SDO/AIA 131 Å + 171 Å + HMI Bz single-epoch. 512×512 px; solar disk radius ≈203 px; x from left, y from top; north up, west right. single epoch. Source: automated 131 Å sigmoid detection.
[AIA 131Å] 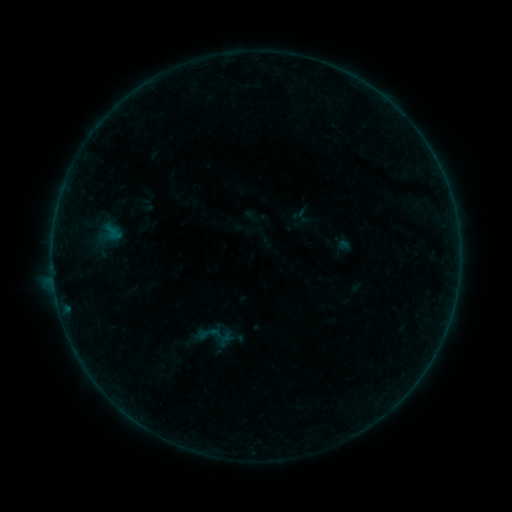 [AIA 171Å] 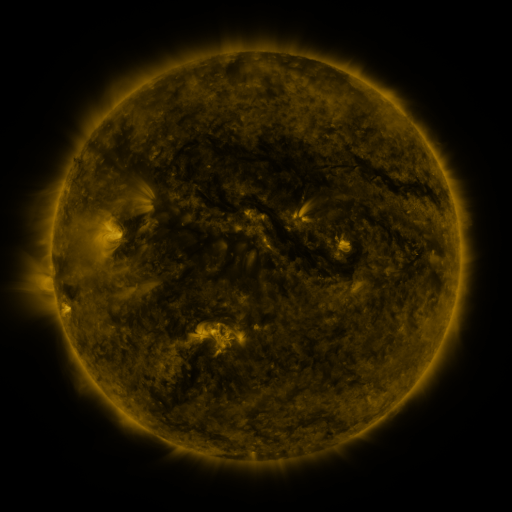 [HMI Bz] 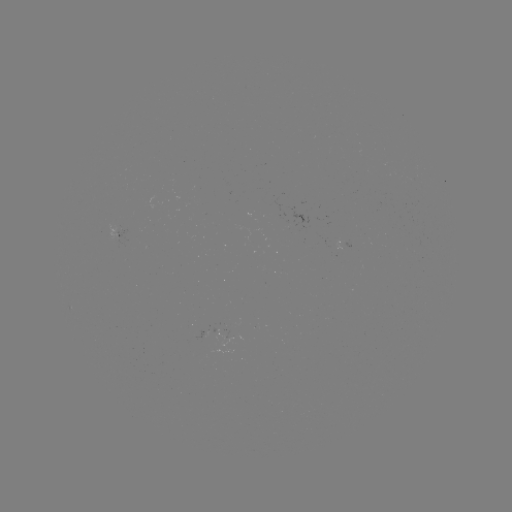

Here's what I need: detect sigmoid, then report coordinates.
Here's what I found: sigmoid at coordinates [212, 336].